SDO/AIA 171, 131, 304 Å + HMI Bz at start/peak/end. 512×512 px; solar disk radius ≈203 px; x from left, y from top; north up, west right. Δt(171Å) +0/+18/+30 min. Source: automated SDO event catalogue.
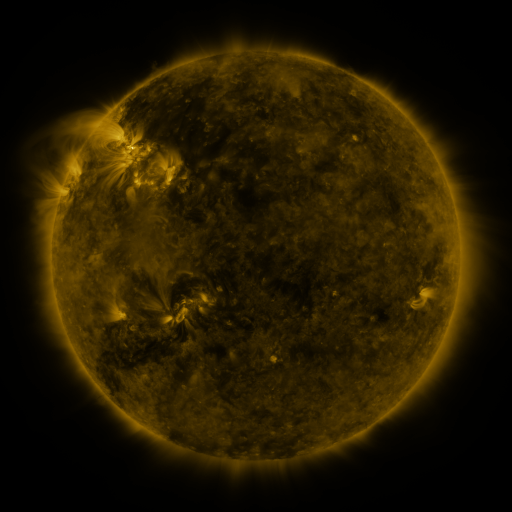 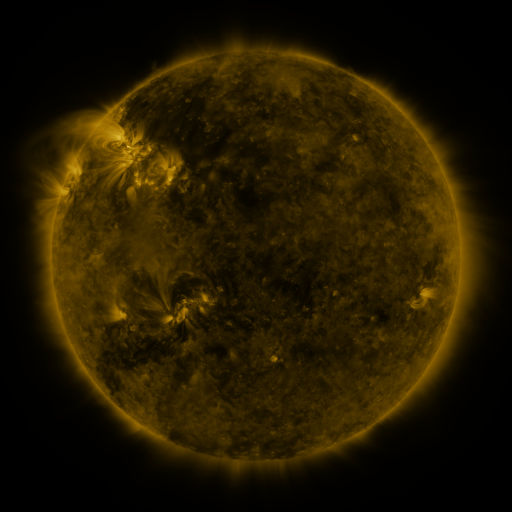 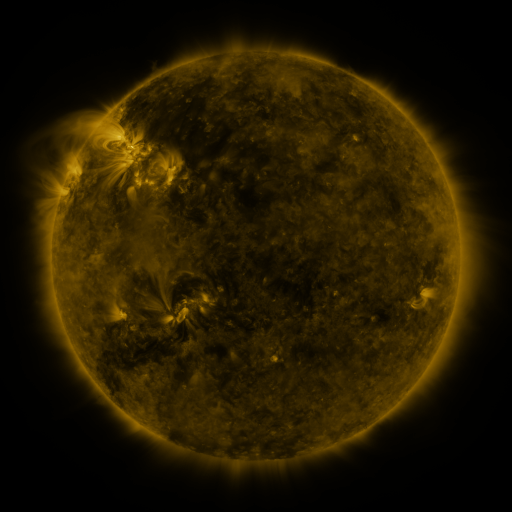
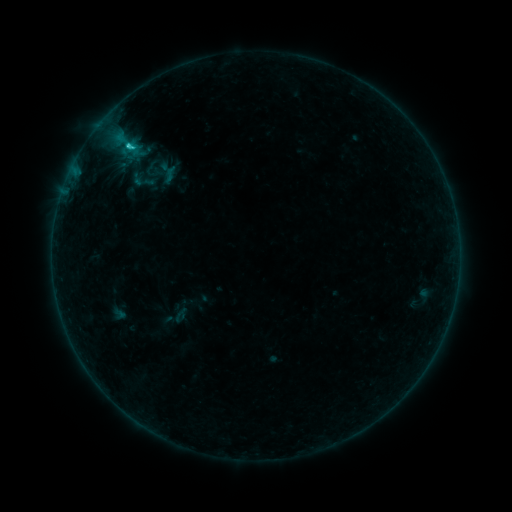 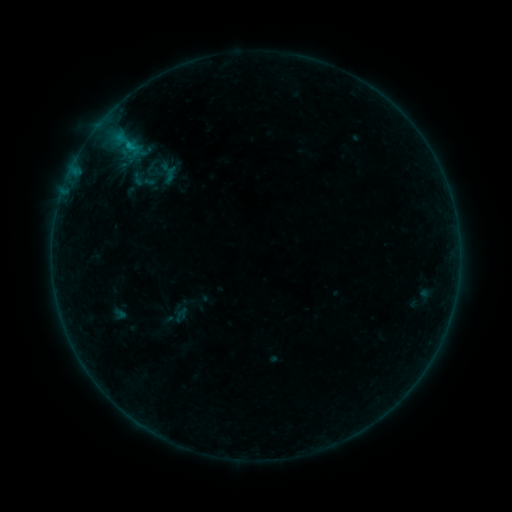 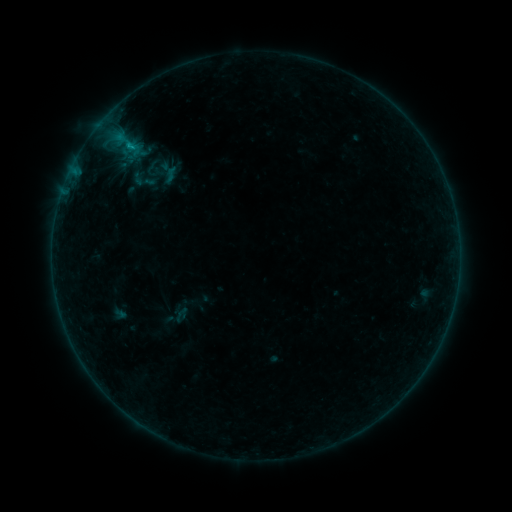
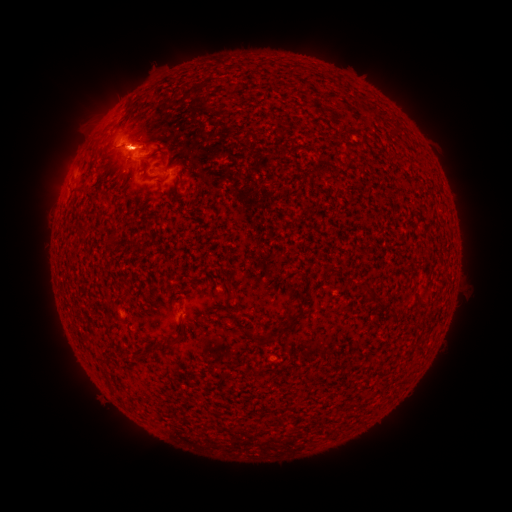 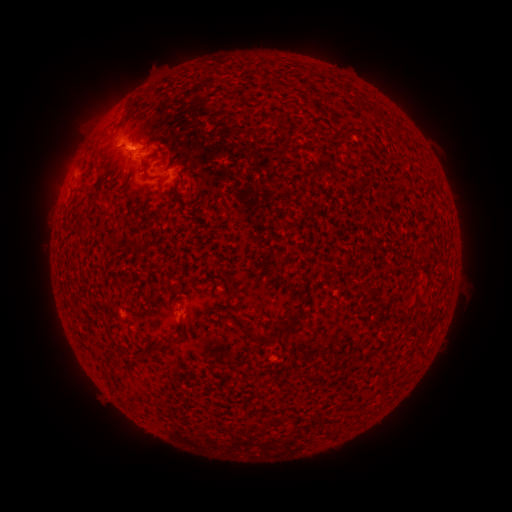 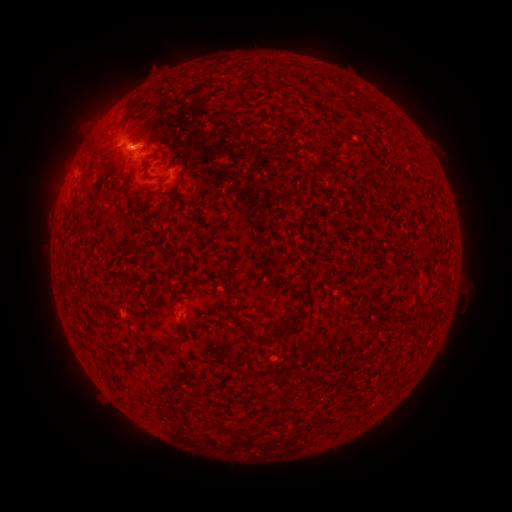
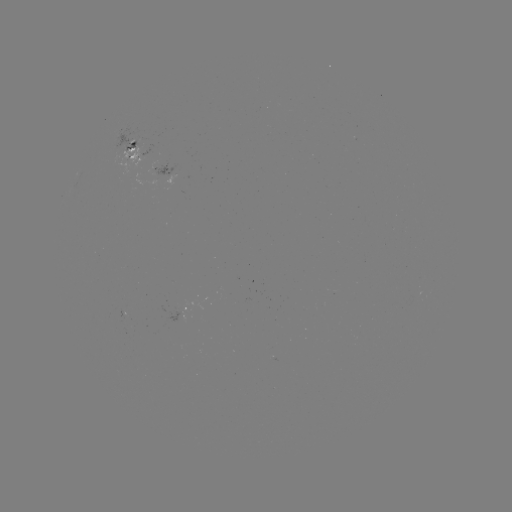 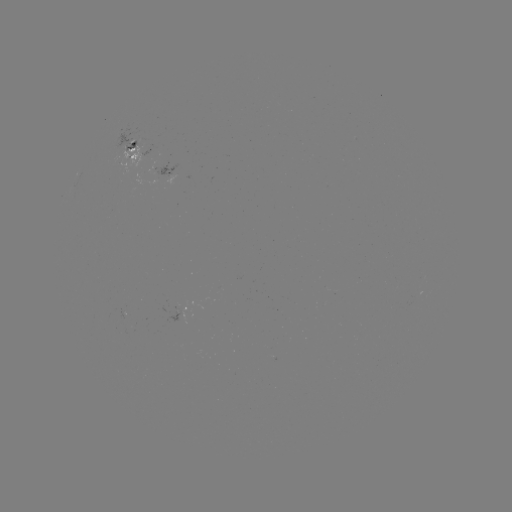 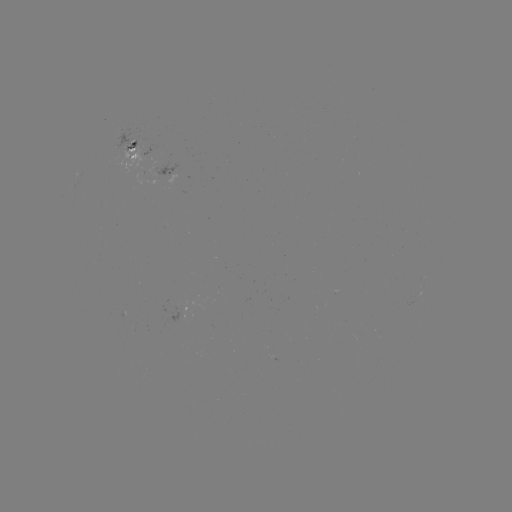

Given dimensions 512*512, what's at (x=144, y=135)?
eruption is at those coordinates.